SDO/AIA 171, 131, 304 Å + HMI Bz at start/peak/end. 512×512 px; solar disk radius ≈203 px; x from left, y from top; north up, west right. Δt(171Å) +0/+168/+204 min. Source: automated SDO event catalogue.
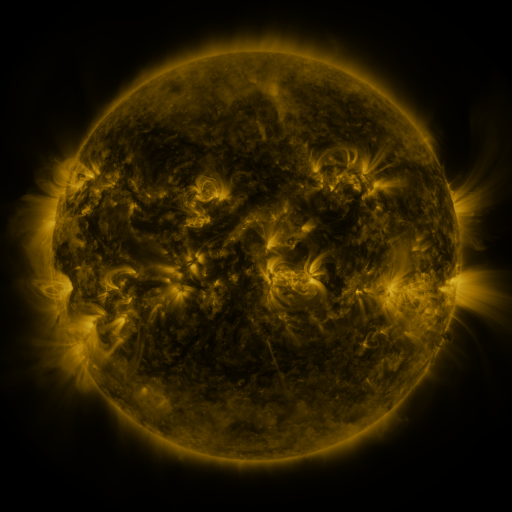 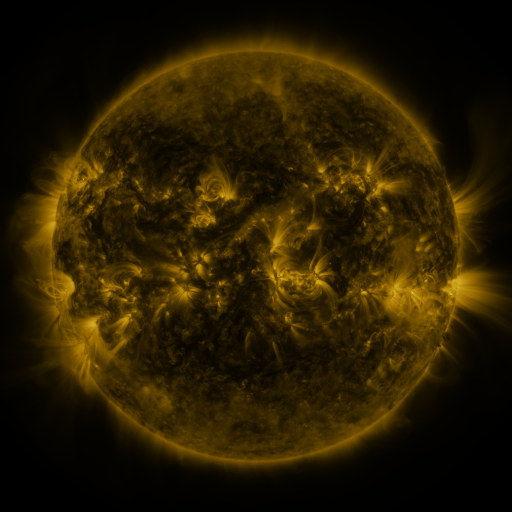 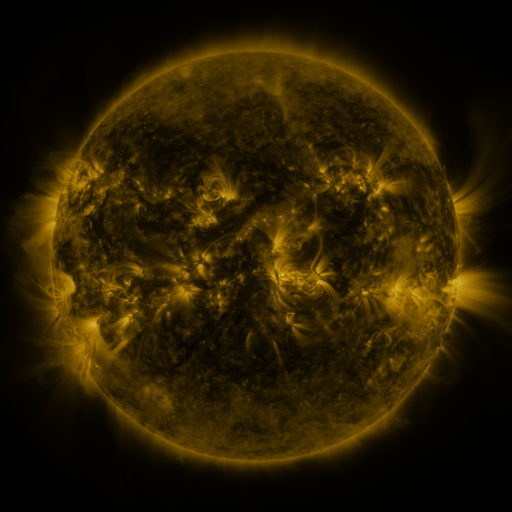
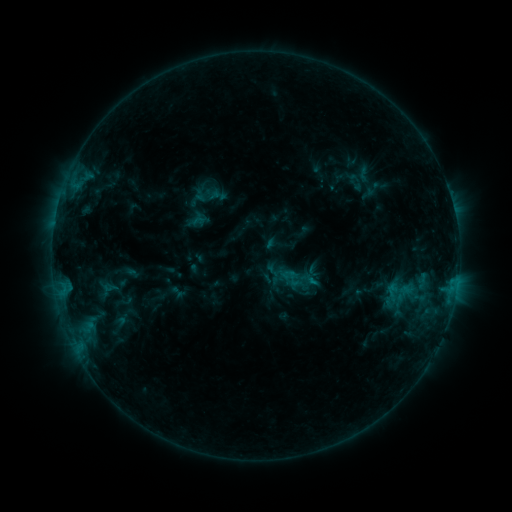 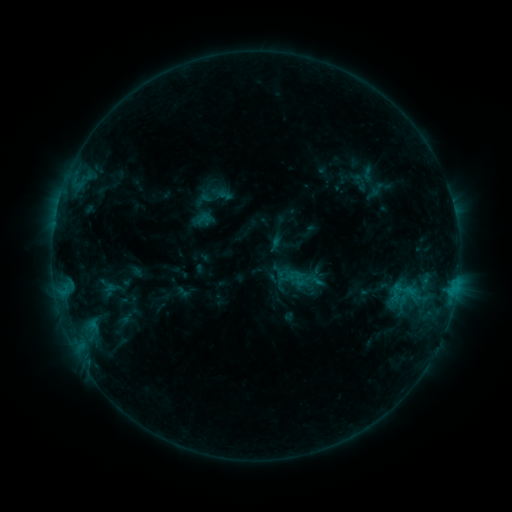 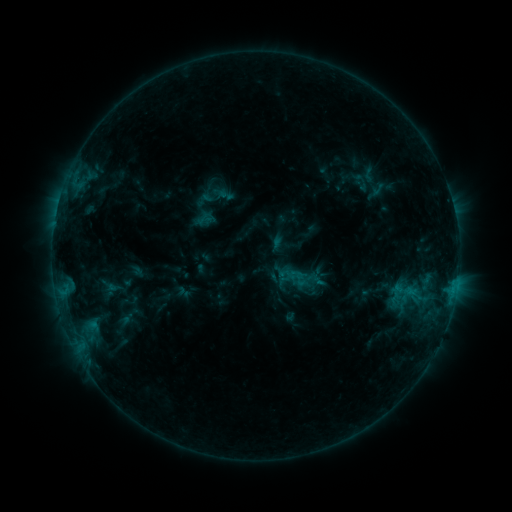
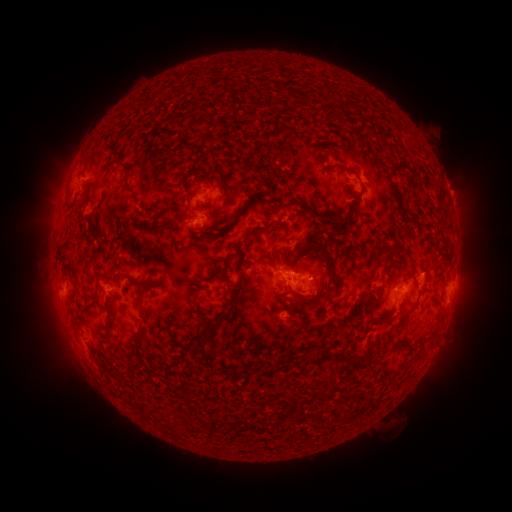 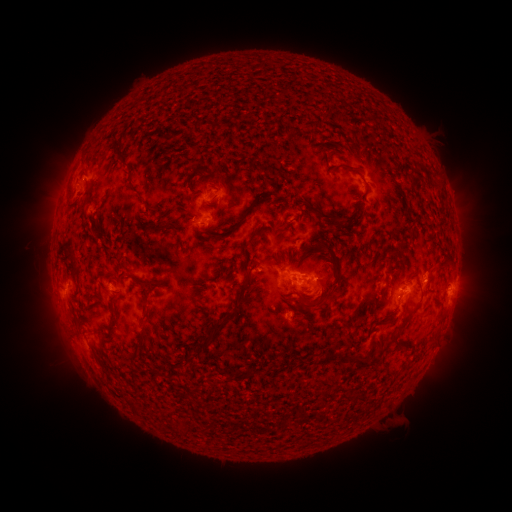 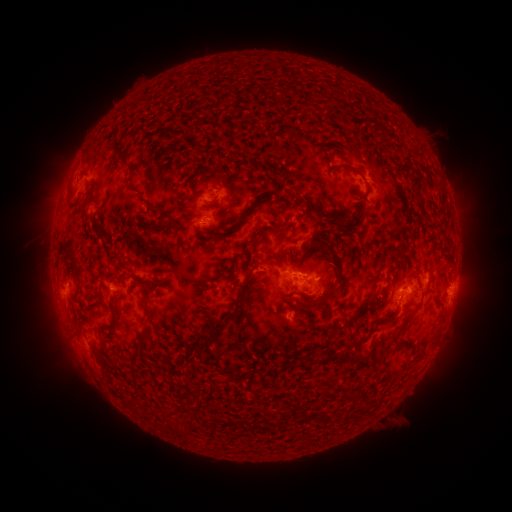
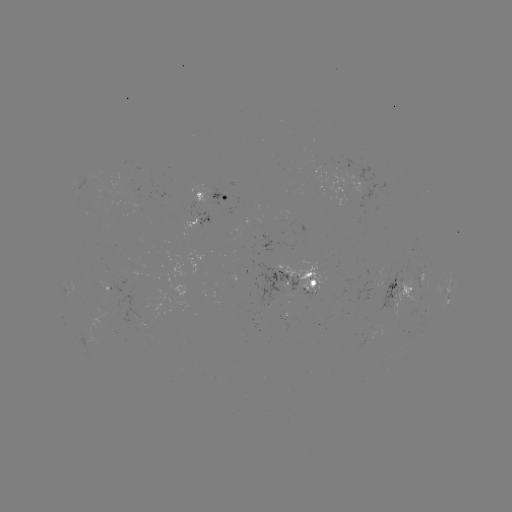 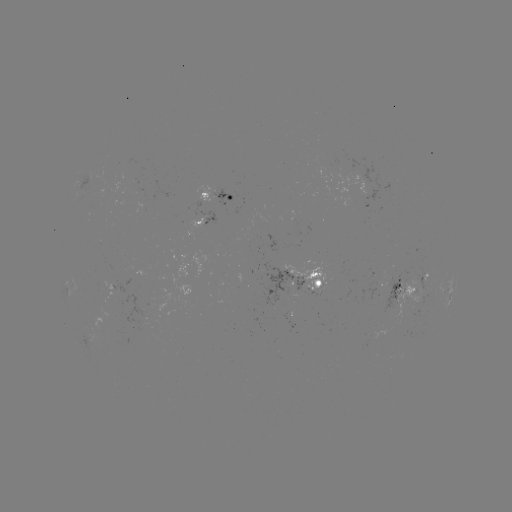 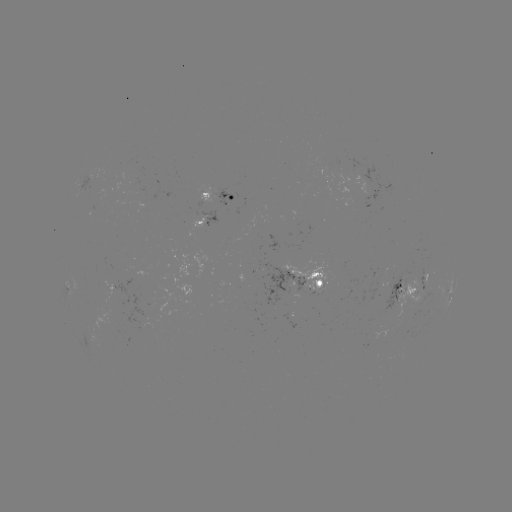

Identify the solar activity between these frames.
emerging-flux region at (219, 194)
